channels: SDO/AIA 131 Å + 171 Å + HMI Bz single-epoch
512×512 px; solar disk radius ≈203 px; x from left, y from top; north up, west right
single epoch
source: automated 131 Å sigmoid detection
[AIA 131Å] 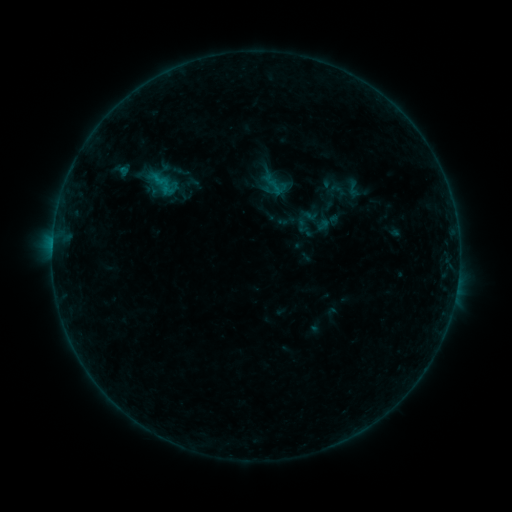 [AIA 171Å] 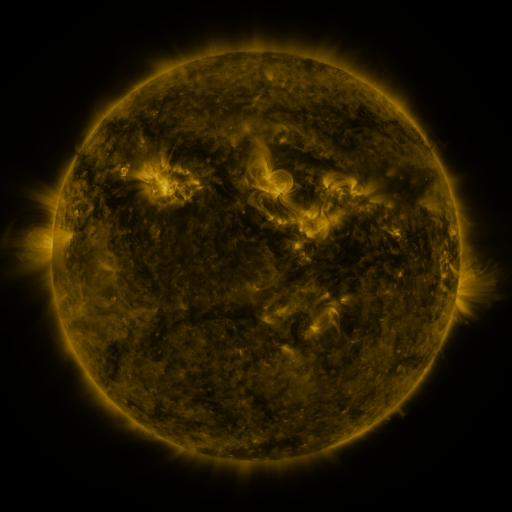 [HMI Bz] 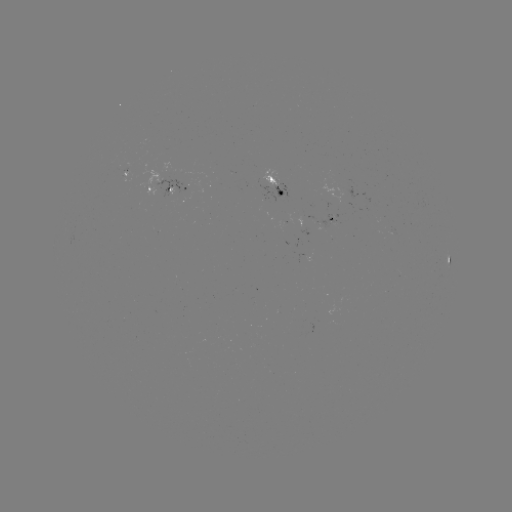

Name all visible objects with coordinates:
sigmoid: (353, 188)
sigmoid: (324, 223)
